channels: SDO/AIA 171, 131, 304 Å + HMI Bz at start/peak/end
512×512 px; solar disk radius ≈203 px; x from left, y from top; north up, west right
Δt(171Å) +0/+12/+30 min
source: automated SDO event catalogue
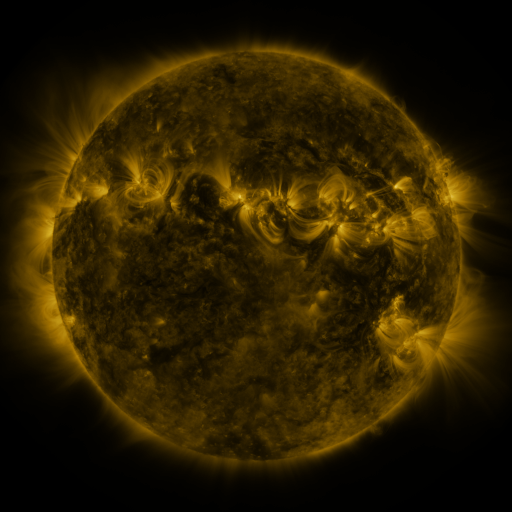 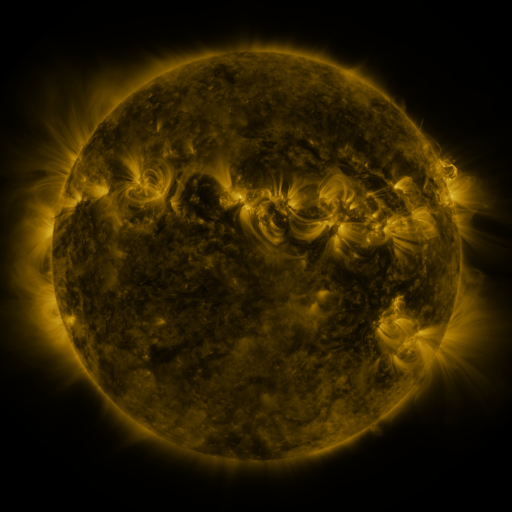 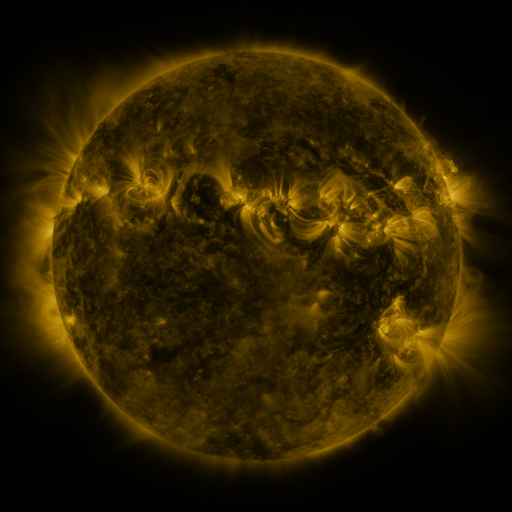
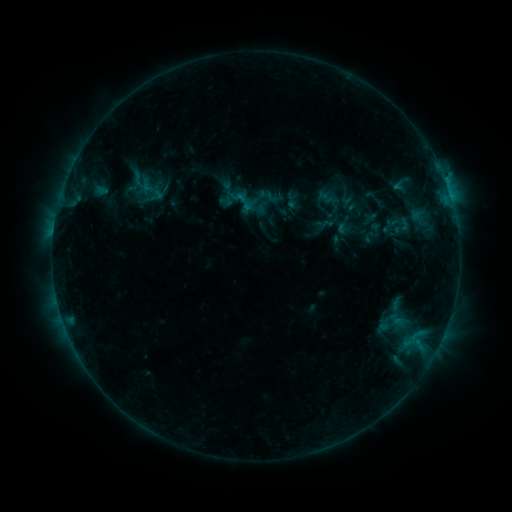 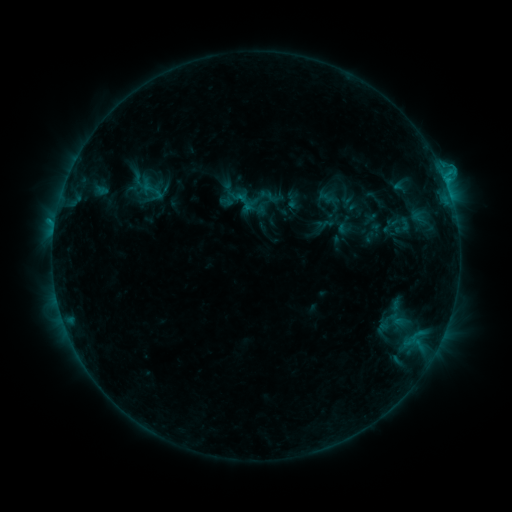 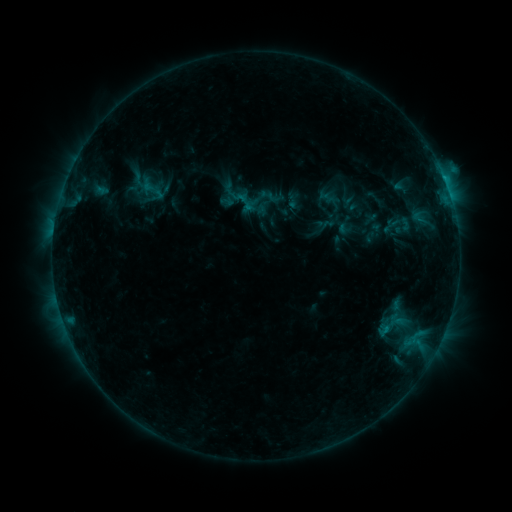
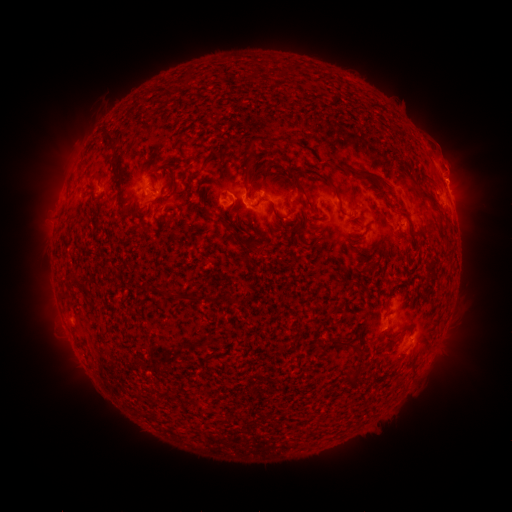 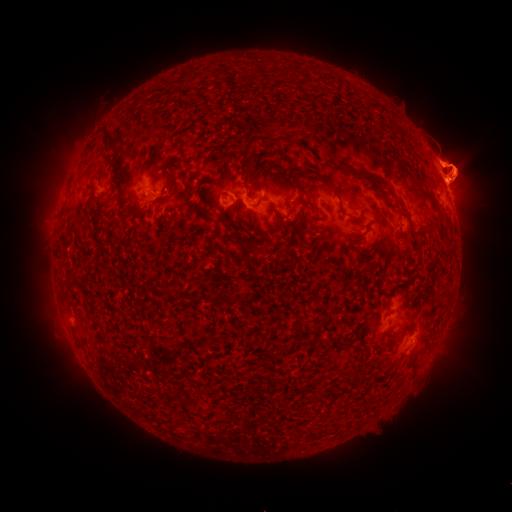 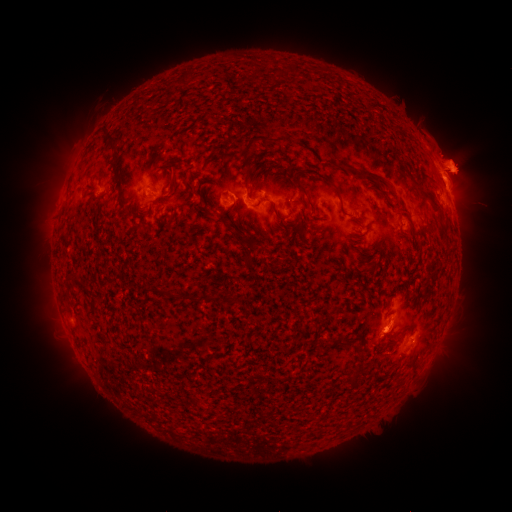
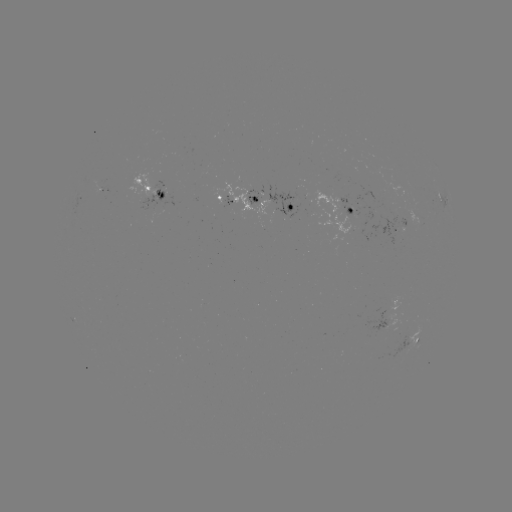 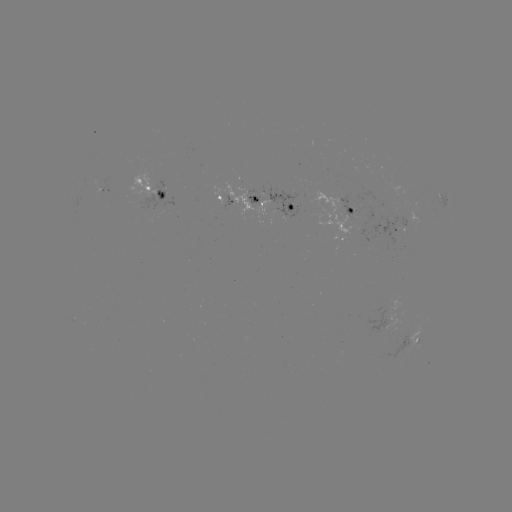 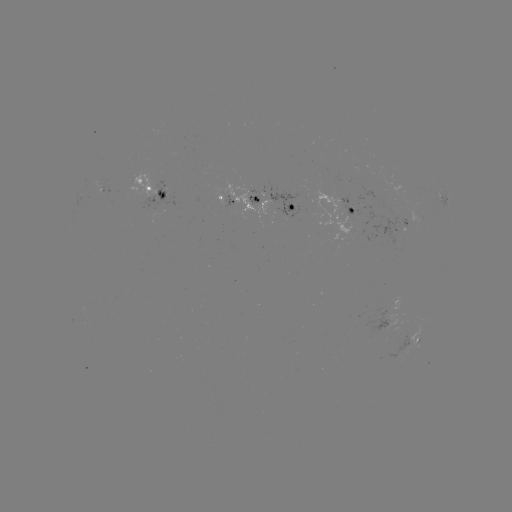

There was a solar flare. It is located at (444, 179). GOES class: C1.3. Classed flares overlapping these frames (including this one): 1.